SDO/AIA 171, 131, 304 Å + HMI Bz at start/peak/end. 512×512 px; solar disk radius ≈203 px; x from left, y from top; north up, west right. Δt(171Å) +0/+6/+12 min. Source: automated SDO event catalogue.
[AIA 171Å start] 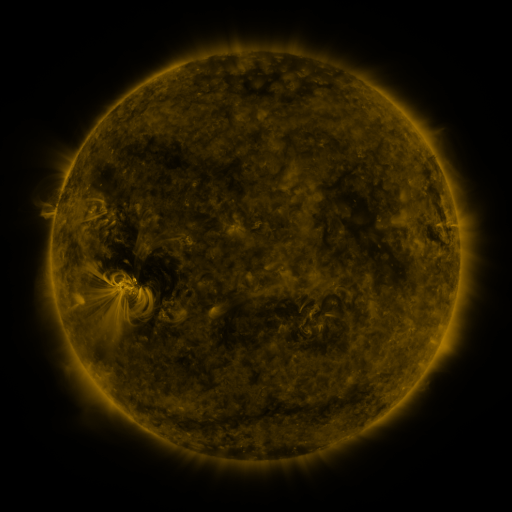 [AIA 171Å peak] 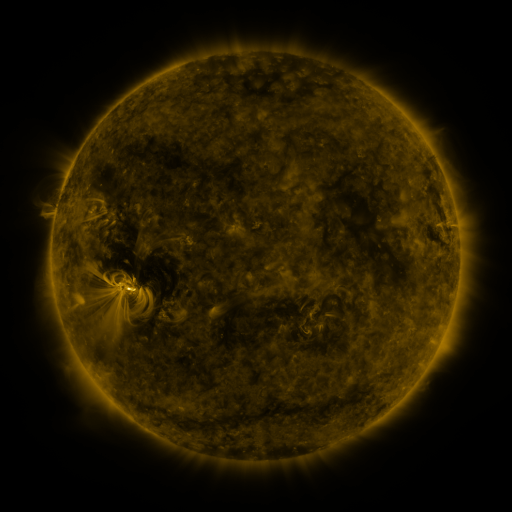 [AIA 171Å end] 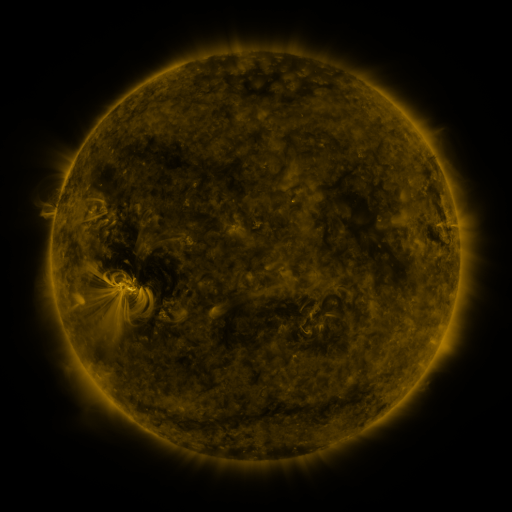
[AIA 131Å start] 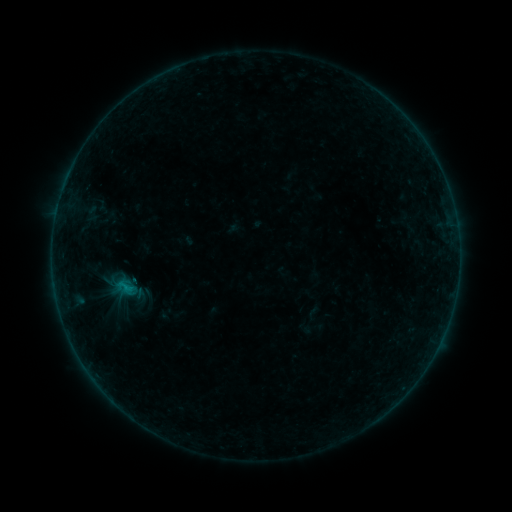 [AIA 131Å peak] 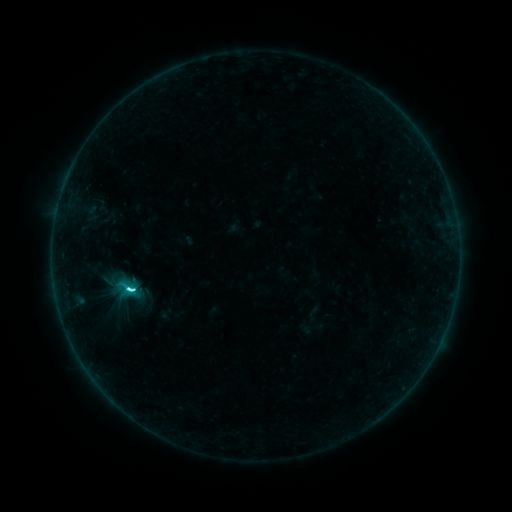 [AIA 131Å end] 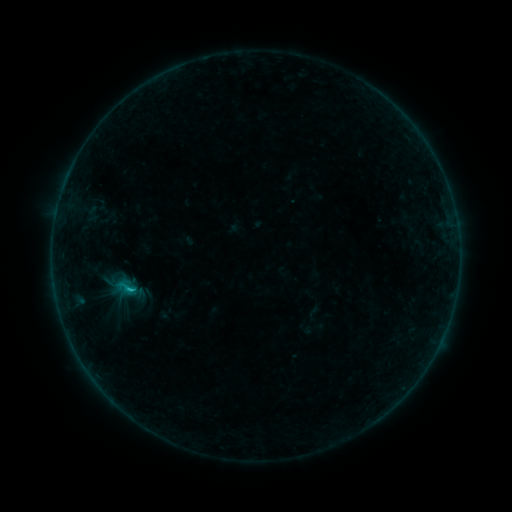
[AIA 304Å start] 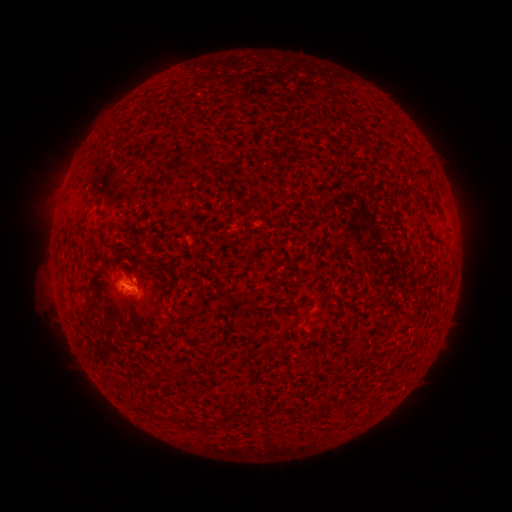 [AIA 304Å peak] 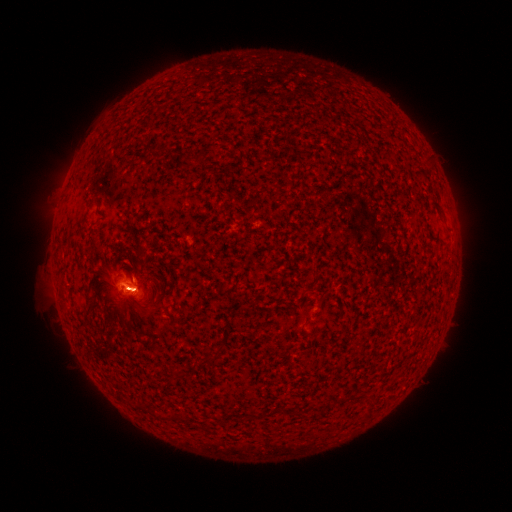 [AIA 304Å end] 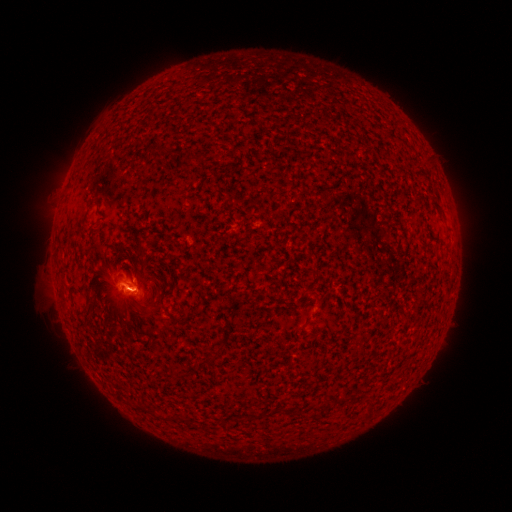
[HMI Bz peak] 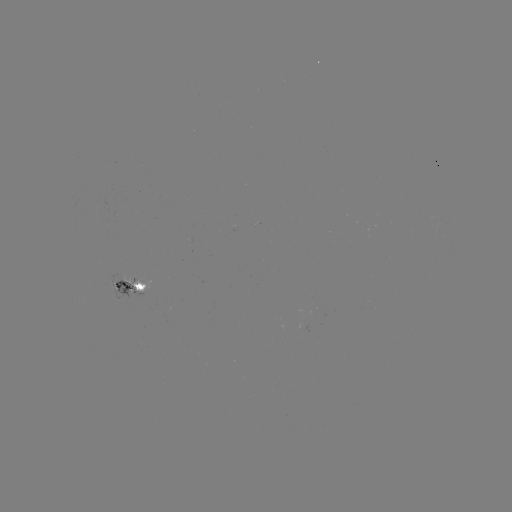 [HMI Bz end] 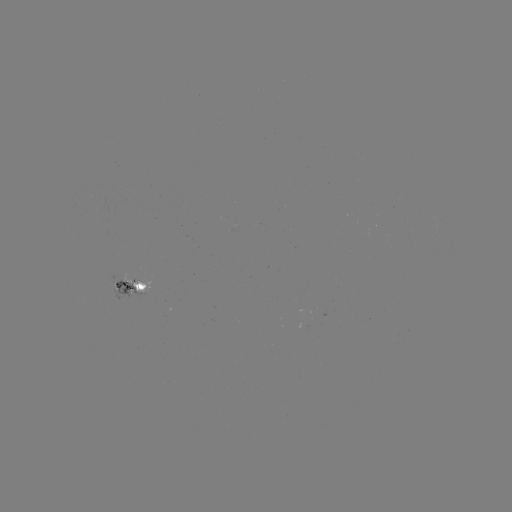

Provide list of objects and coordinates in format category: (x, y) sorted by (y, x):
C3.4 flare: (131, 287)
